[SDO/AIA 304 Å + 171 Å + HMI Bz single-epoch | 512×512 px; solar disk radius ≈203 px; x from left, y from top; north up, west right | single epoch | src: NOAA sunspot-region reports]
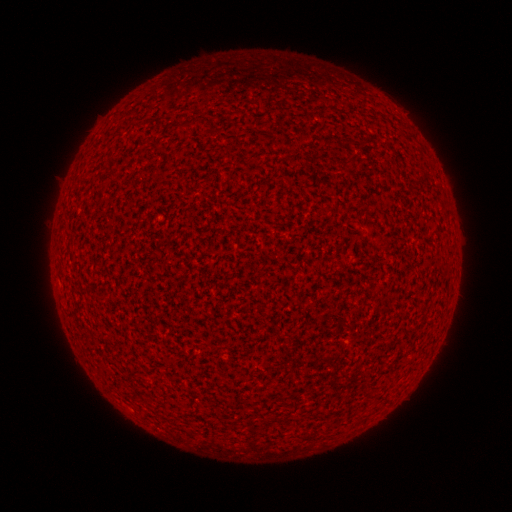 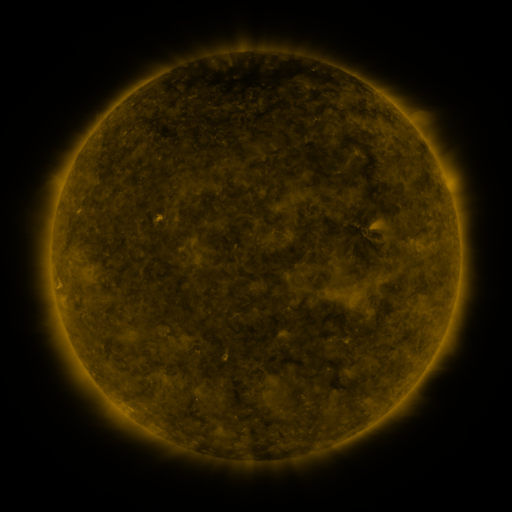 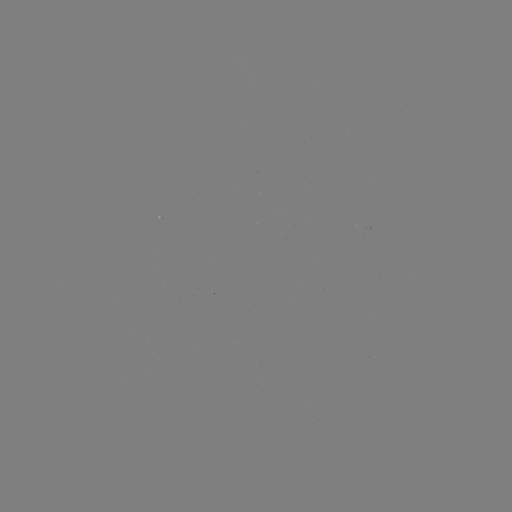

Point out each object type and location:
(none)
